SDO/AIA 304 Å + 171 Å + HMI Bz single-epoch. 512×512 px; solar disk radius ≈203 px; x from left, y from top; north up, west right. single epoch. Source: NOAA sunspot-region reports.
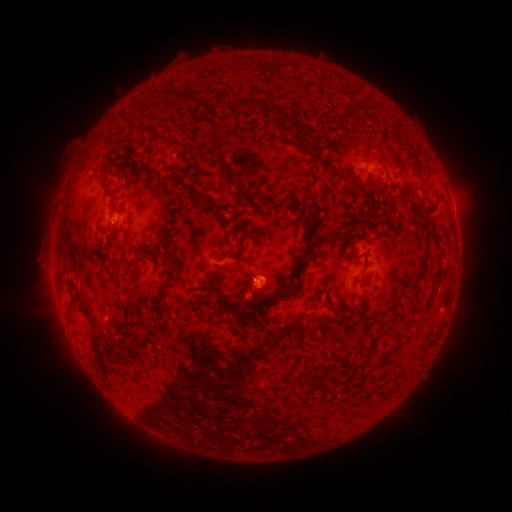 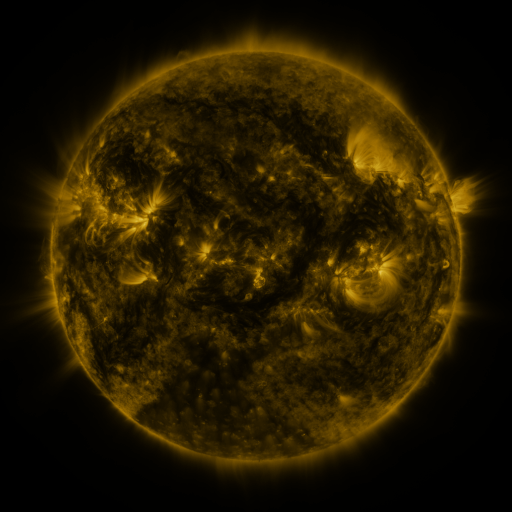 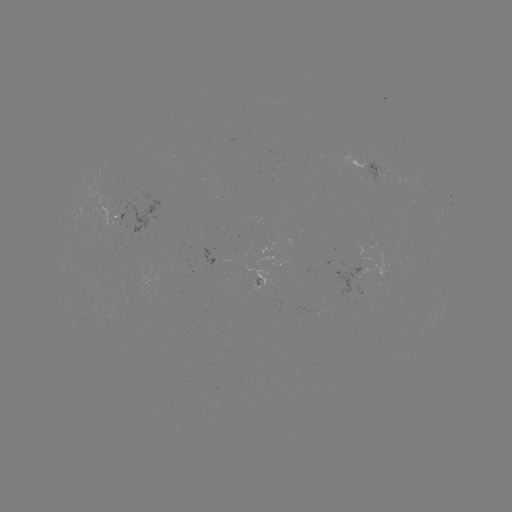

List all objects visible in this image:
spotted active region: (369, 170)
spotted active region: (120, 216)
spotted active region: (376, 271)
